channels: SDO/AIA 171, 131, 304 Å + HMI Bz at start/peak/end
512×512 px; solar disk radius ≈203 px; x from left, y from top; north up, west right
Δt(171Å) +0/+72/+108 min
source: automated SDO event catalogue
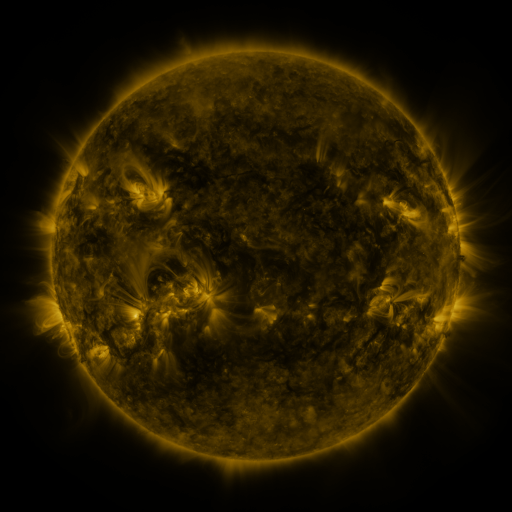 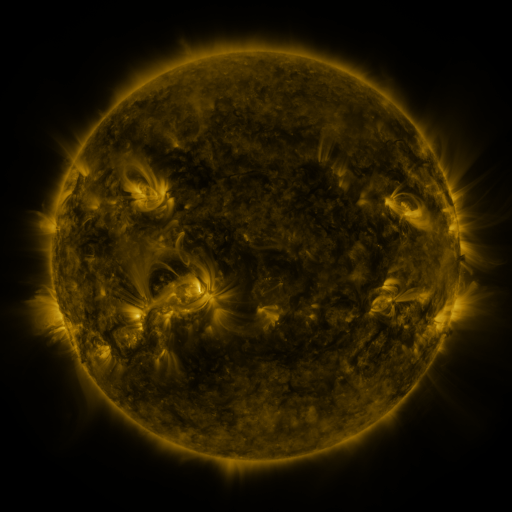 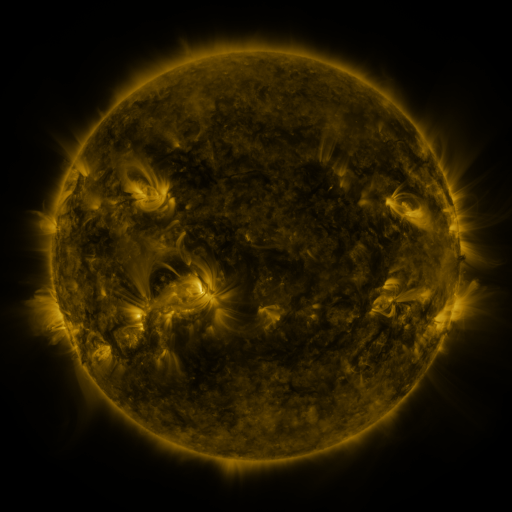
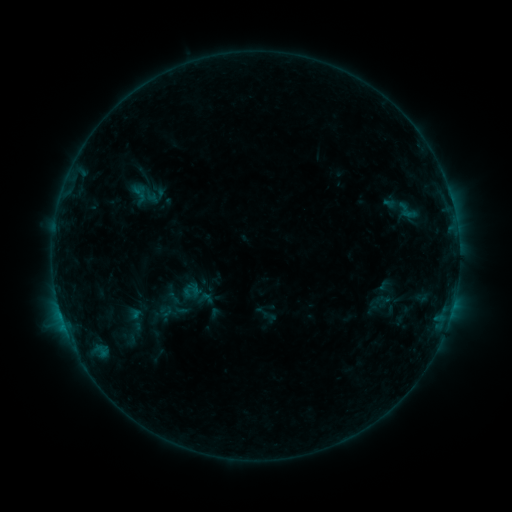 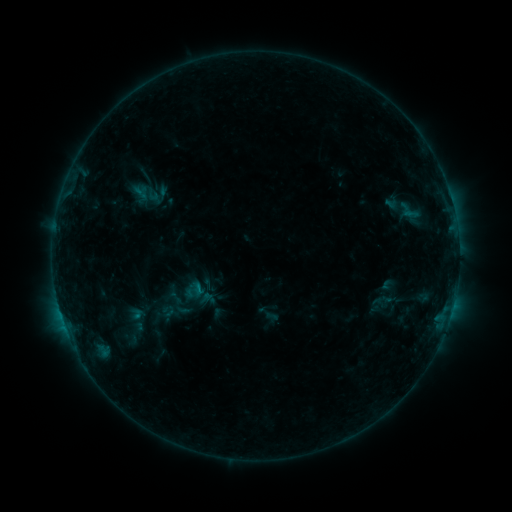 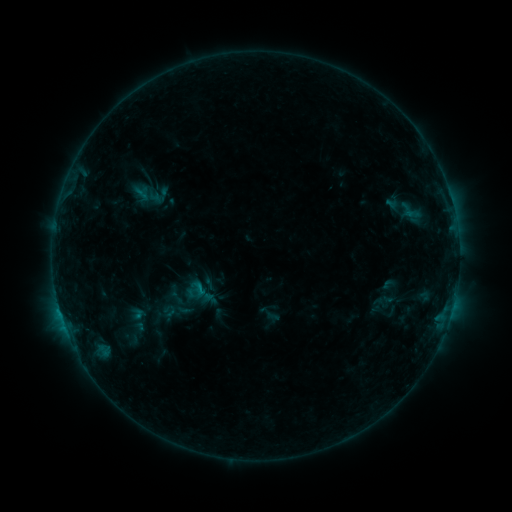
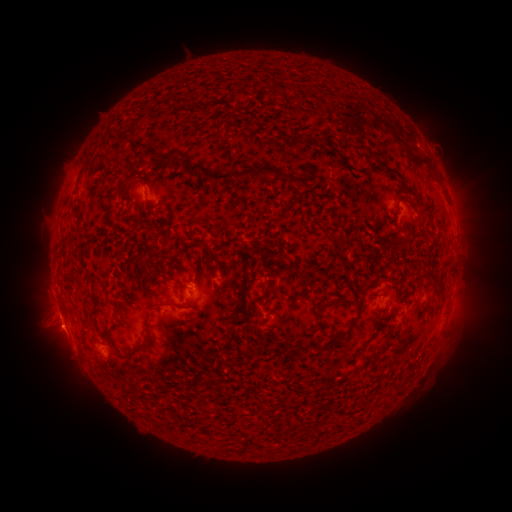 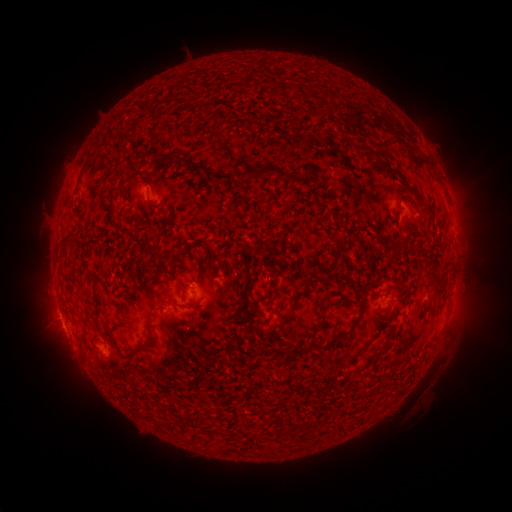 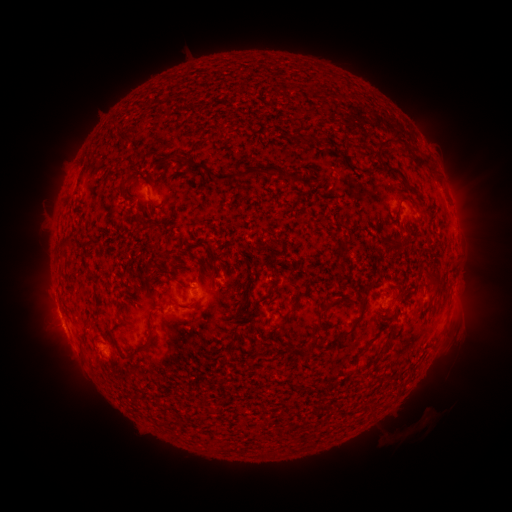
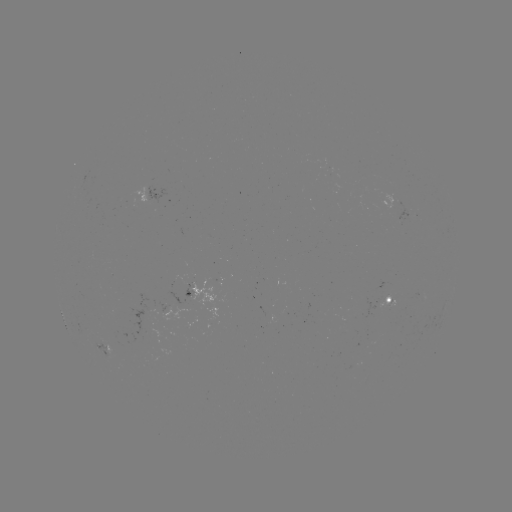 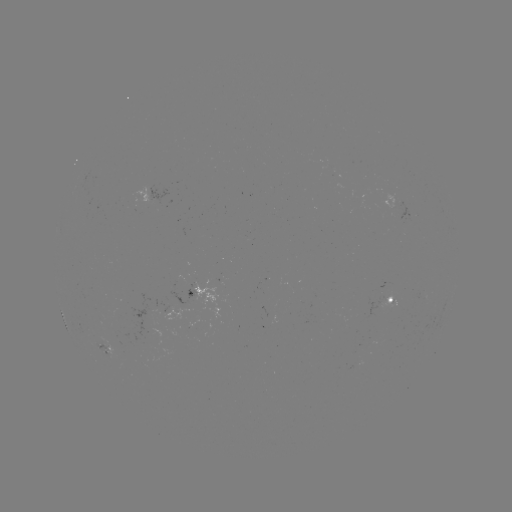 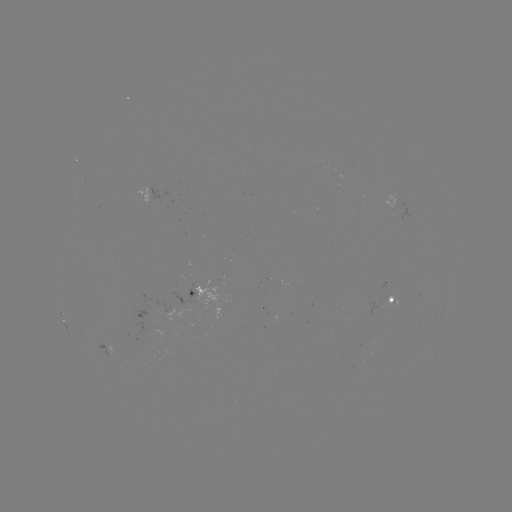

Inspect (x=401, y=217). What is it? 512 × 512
emerging-flux region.